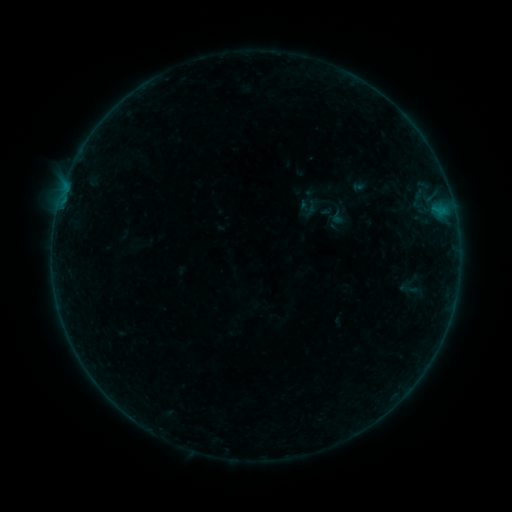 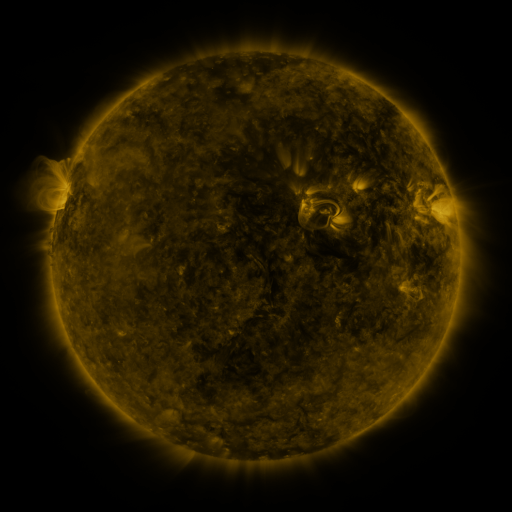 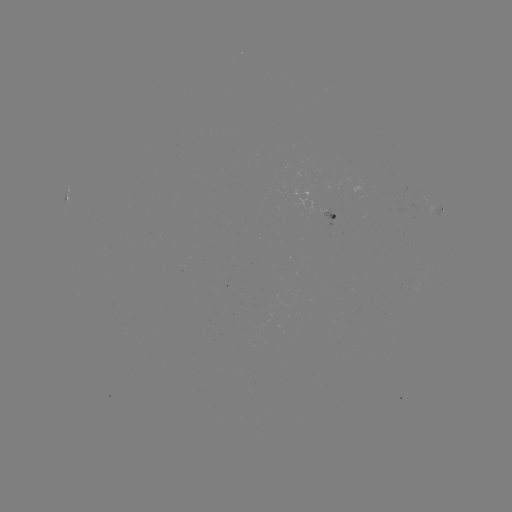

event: sigmoid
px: (408, 289)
